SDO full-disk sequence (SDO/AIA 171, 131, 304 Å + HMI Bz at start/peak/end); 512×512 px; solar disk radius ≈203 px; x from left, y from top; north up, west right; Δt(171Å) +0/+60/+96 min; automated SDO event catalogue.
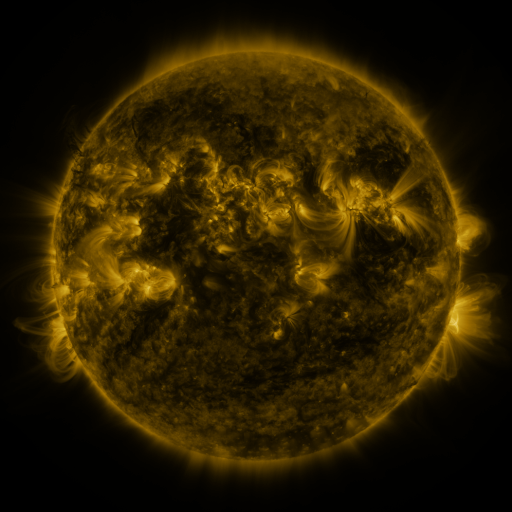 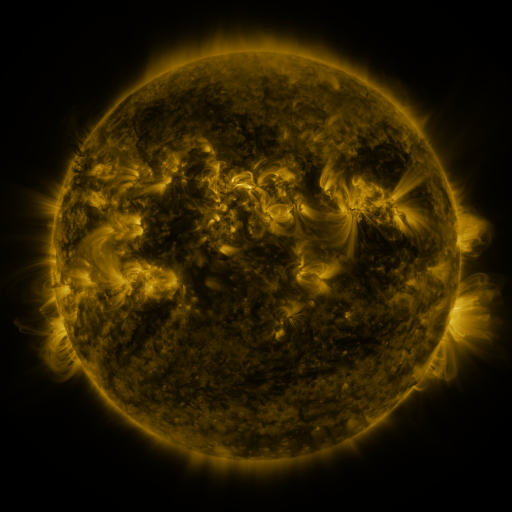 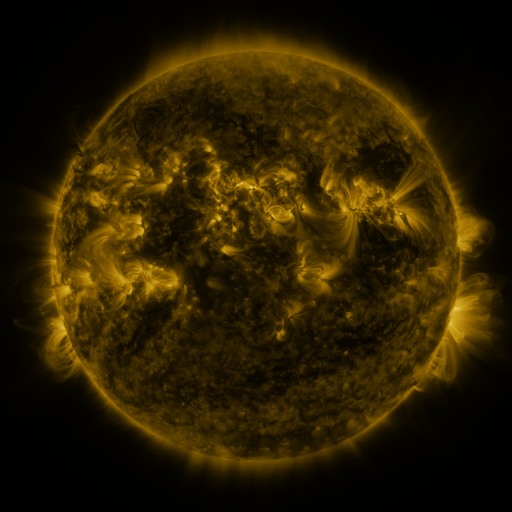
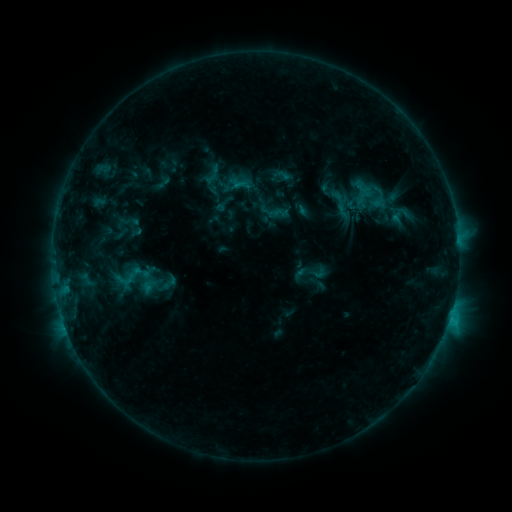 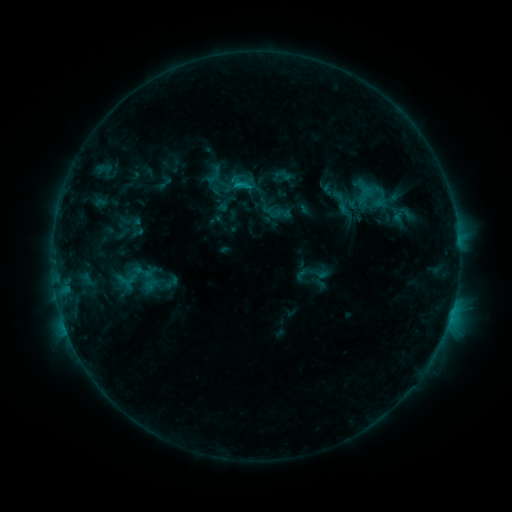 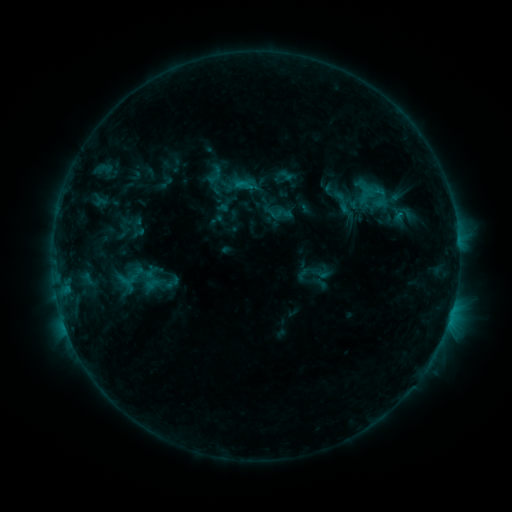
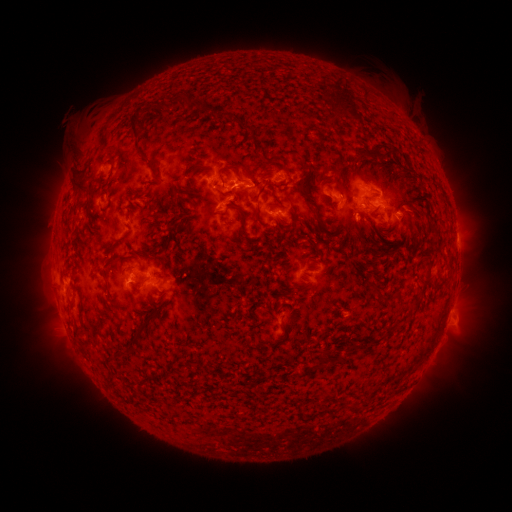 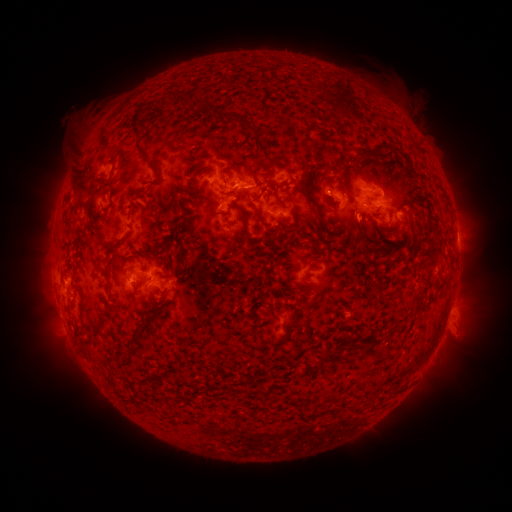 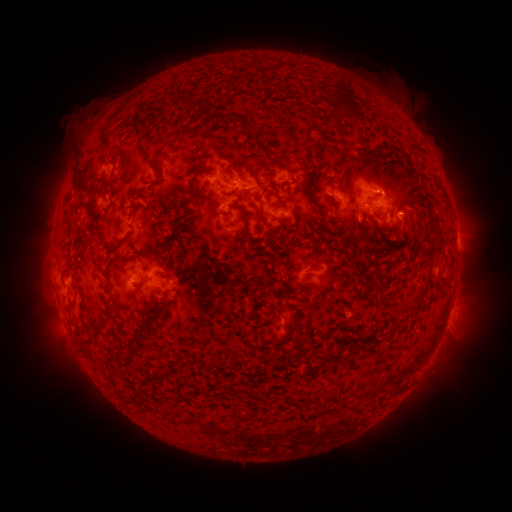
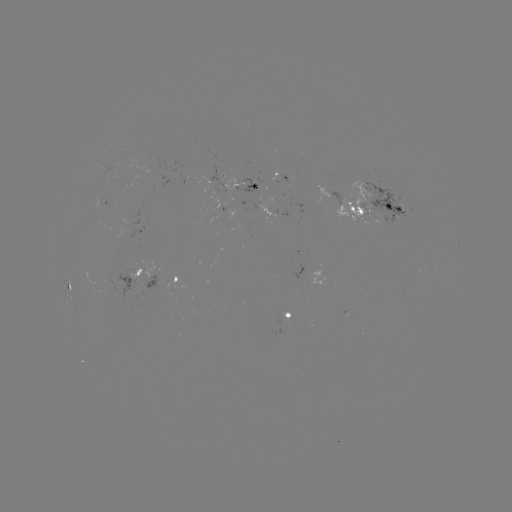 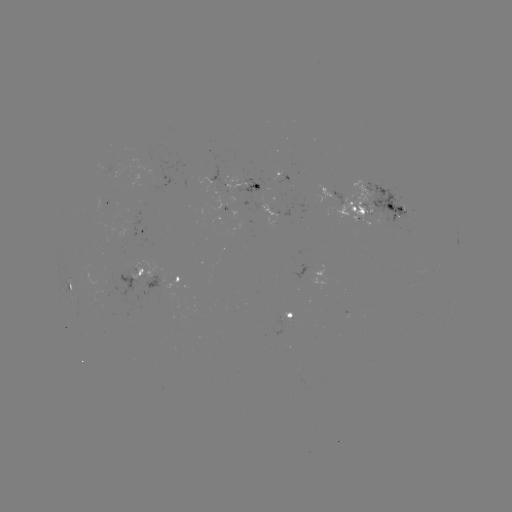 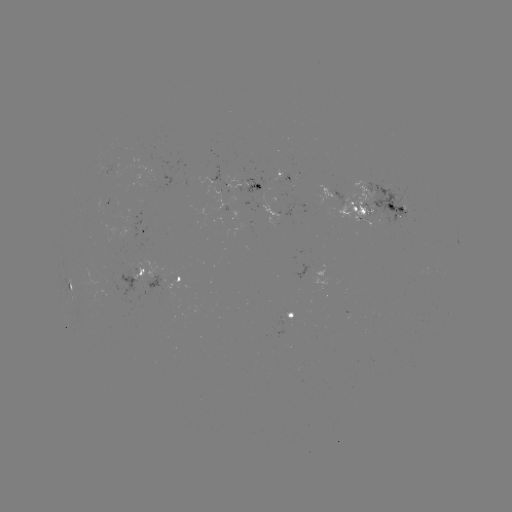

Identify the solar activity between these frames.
emerging-flux region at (336, 198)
